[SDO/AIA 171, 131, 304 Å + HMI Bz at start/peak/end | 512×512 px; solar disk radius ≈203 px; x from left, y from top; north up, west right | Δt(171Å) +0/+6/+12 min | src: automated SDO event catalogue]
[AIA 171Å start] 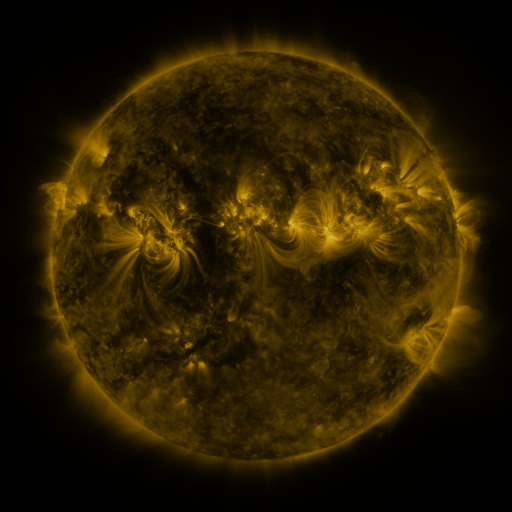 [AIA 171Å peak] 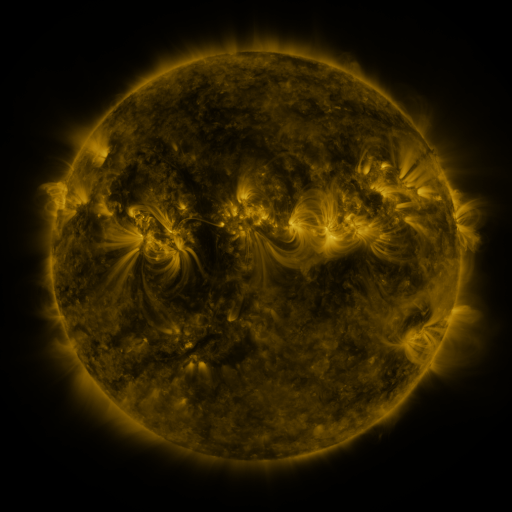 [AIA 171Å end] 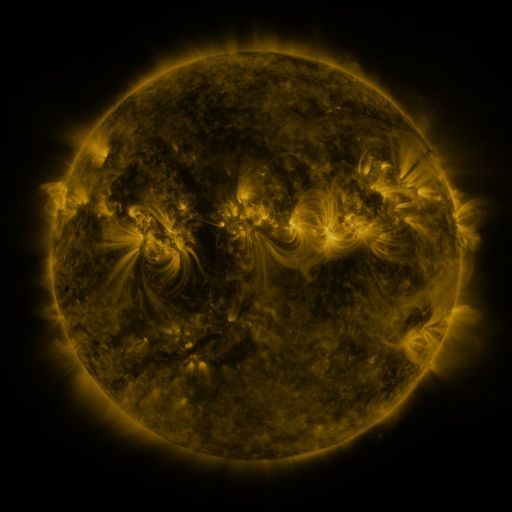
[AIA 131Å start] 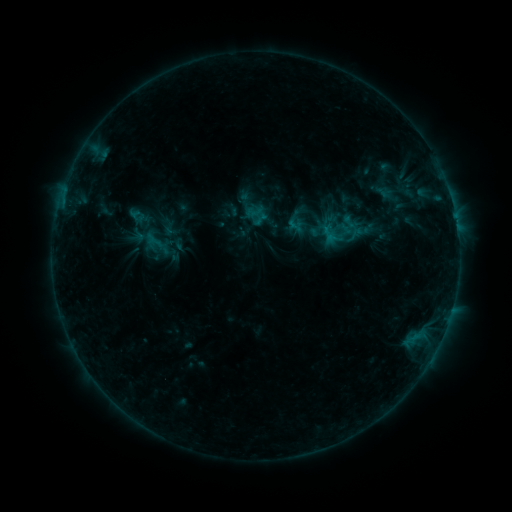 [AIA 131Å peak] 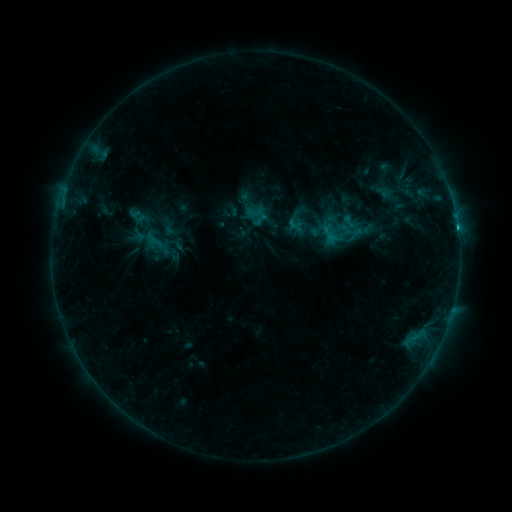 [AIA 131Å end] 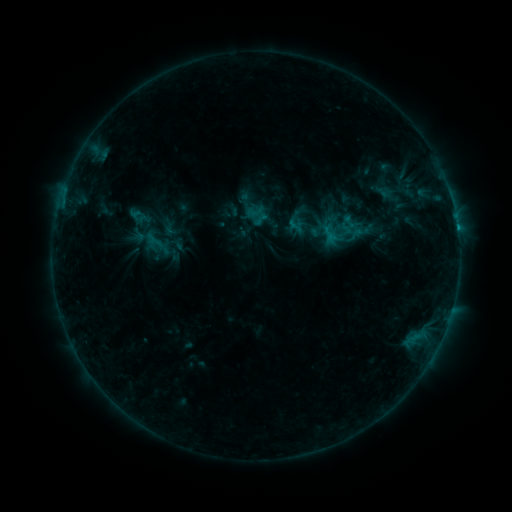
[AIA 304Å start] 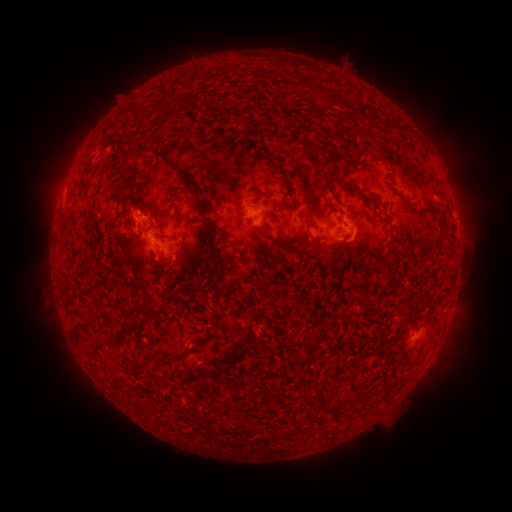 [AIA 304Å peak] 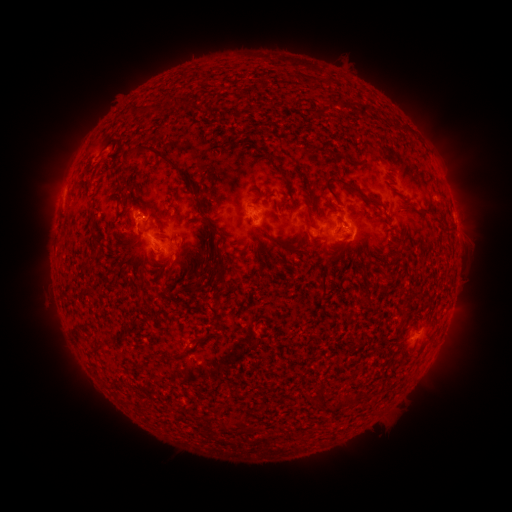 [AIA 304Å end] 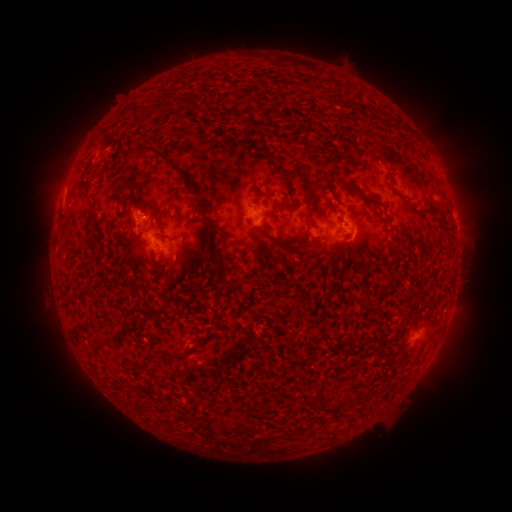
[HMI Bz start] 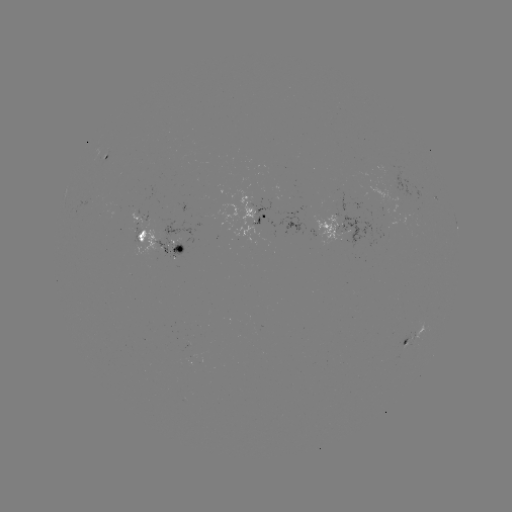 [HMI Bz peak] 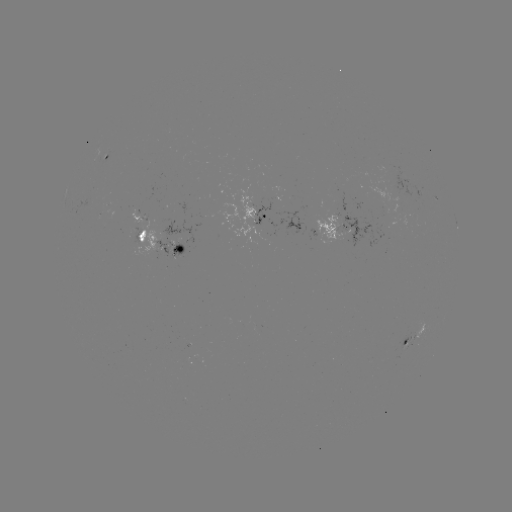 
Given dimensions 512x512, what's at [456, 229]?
B8.6 flare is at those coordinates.